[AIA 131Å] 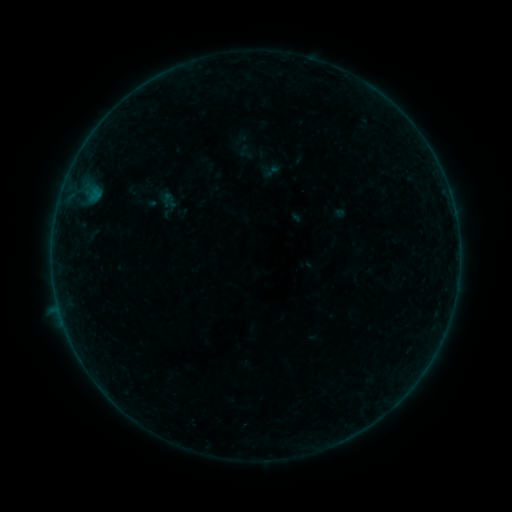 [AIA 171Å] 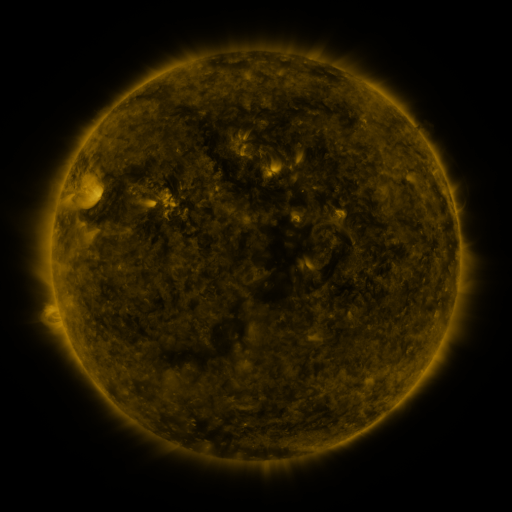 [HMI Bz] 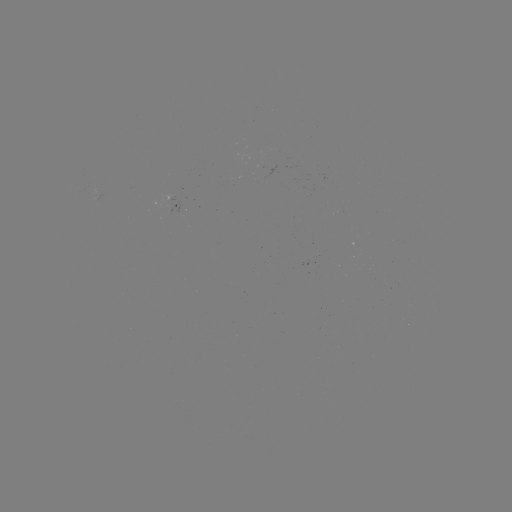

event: sigmoid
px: (271, 171)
